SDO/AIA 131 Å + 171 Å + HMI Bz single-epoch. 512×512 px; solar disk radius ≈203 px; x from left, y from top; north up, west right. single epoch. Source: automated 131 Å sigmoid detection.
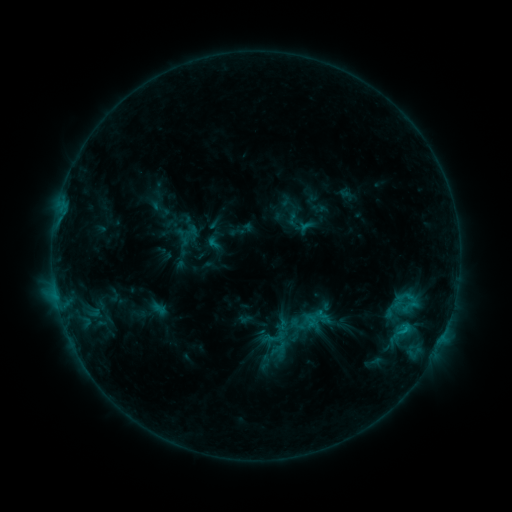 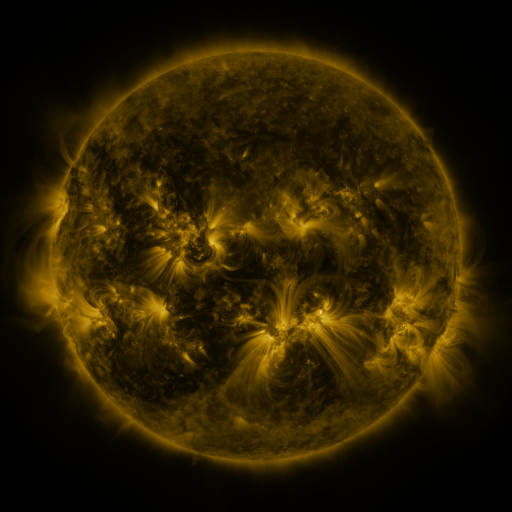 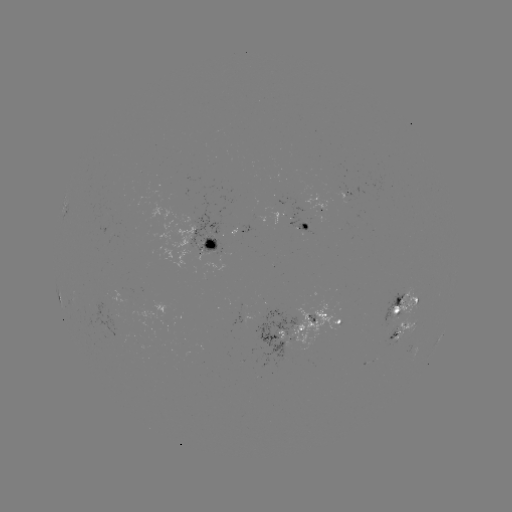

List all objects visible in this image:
sigmoid: (282, 325)
sigmoid: (292, 332)
